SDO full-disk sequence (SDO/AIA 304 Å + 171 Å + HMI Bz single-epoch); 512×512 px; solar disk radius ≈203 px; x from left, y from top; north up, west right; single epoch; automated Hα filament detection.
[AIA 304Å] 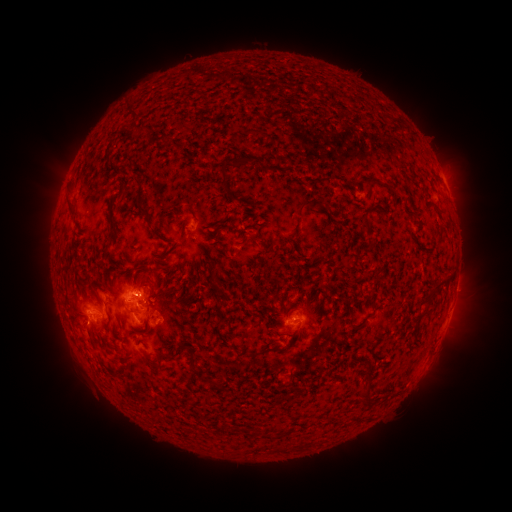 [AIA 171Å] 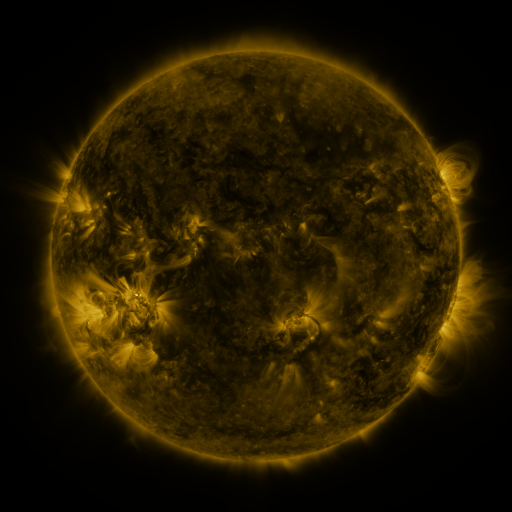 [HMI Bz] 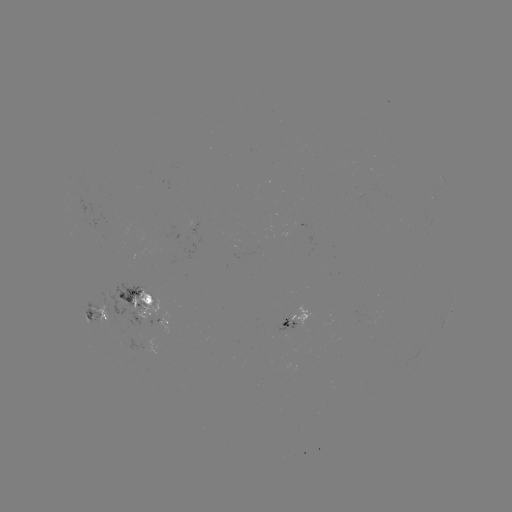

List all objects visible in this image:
filament: <bbox>129, 107, 139, 117</bbox>
filament: <bbox>135, 123, 149, 132</bbox>
filament: <bbox>253, 129, 263, 136</bbox>
filament: <bbox>232, 157, 251, 169</bbox>
filament: <bbox>219, 167, 230, 180</bbox>
filament: <bbox>364, 183, 395, 191</bbox>
filament: <bbox>135, 190, 159, 236</bbox>
filament: <bbox>65, 195, 76, 215</bbox>
filament: <bbox>298, 198, 323, 212</bbox>
filament: <bbox>247, 235, 257, 246</bbox>
filament: <bbox>209, 280, 216, 289</bbox>
filament: <bbox>140, 281, 157, 305</bbox>
filament: <bbox>423, 282, 443, 311</bbox>
filament: <bbox>346, 317, 358, 332</bbox>
filament: <bbox>174, 342, 183, 353</bbox>
filament: <bbox>186, 344, 196, 368</bbox>
filament: <bbox>249, 345, 283, 357</bbox>
filament: <bbox>156, 349, 166, 357</bbox>
filament: <bbox>357, 363, 375, 402</bbox>
filament: <bbox>210, 378, 218, 388</bbox>
